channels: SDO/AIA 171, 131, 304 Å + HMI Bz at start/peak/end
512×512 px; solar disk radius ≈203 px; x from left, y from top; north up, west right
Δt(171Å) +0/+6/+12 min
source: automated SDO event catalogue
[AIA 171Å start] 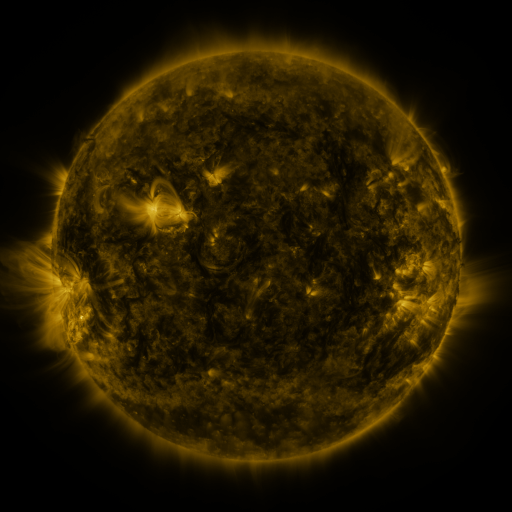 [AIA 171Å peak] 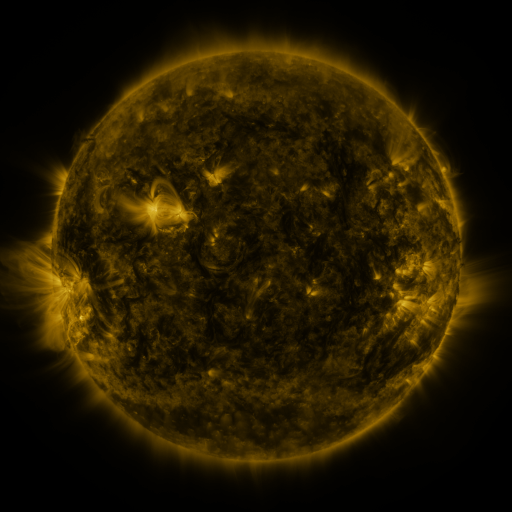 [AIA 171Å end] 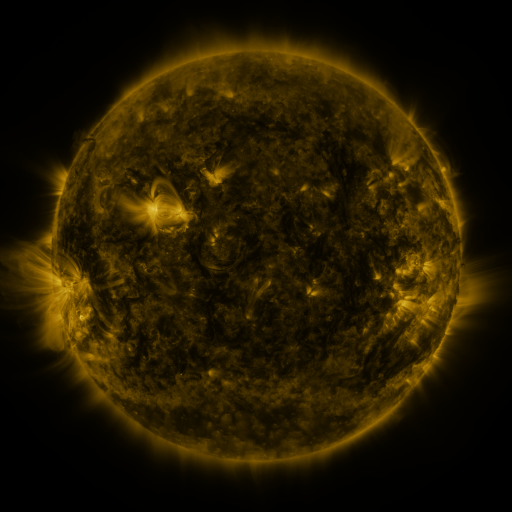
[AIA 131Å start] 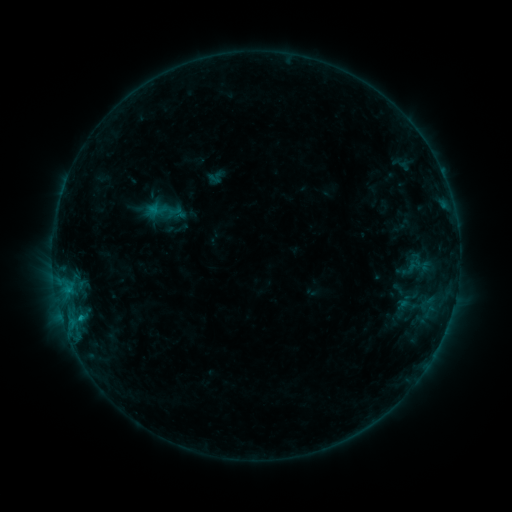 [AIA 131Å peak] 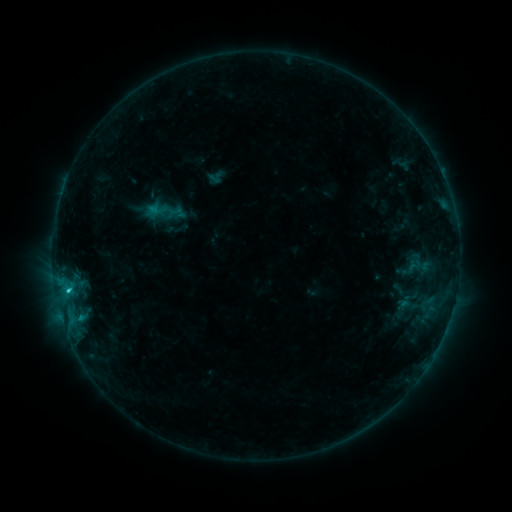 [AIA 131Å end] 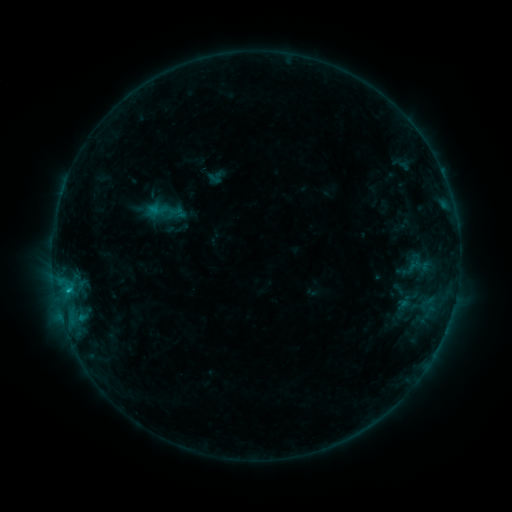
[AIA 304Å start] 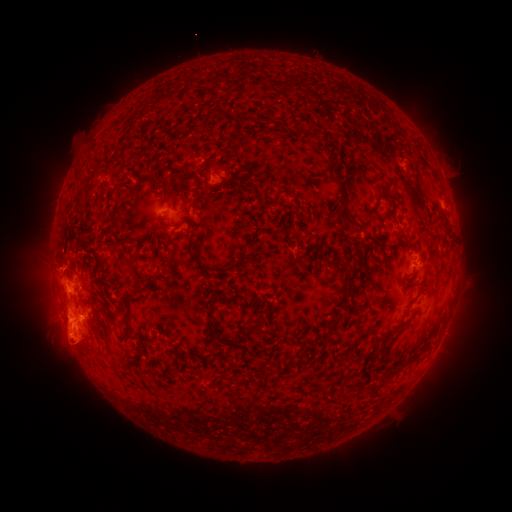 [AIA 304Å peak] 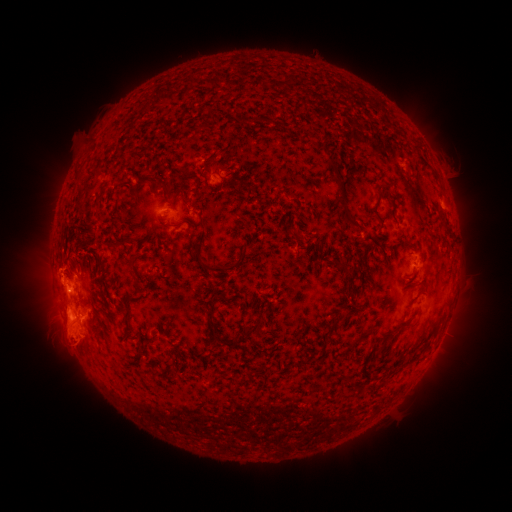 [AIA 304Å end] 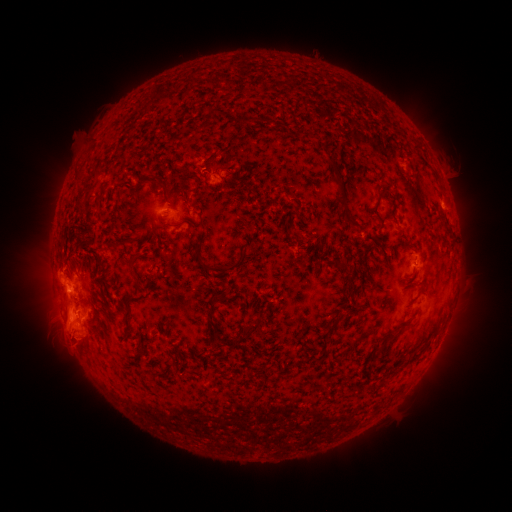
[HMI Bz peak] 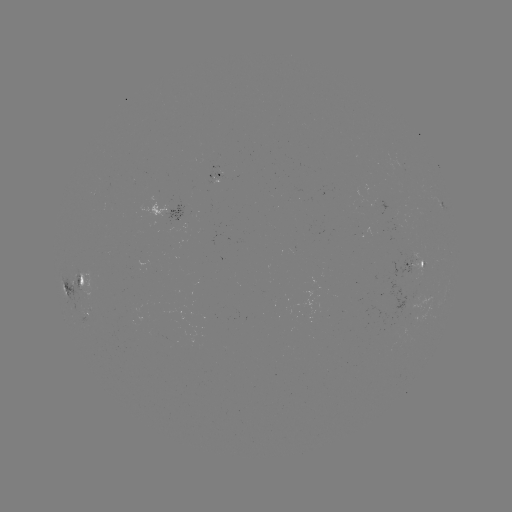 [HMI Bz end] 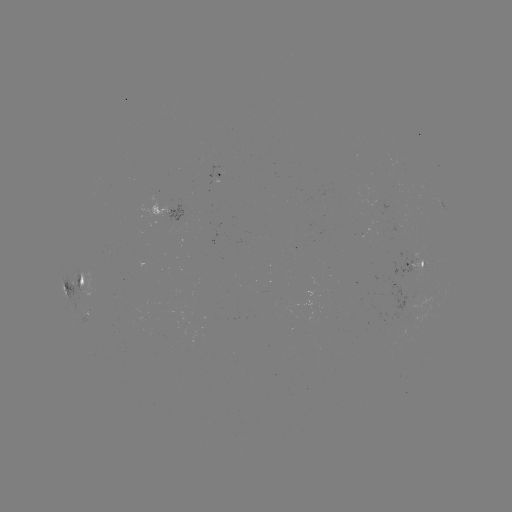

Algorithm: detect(C1.2 flare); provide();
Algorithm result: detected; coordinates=[69, 288]